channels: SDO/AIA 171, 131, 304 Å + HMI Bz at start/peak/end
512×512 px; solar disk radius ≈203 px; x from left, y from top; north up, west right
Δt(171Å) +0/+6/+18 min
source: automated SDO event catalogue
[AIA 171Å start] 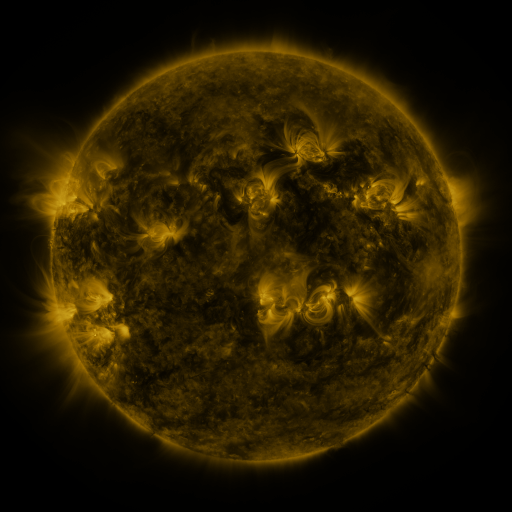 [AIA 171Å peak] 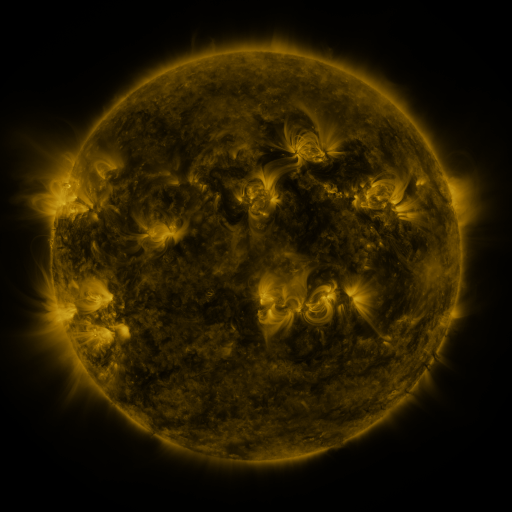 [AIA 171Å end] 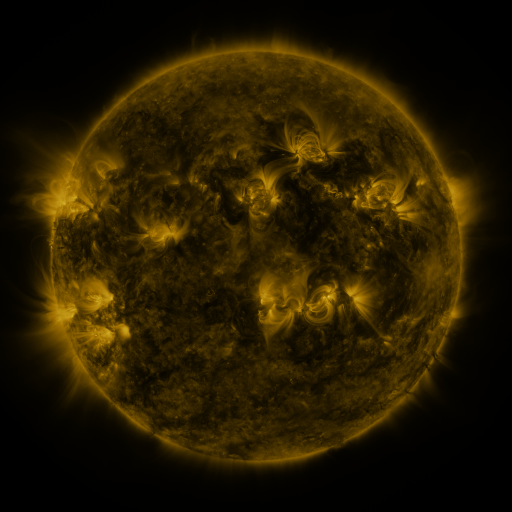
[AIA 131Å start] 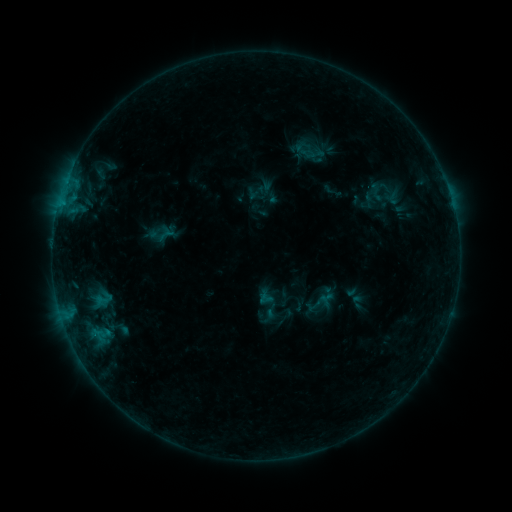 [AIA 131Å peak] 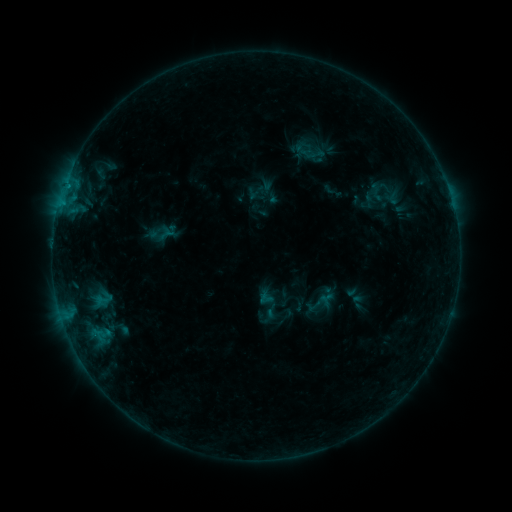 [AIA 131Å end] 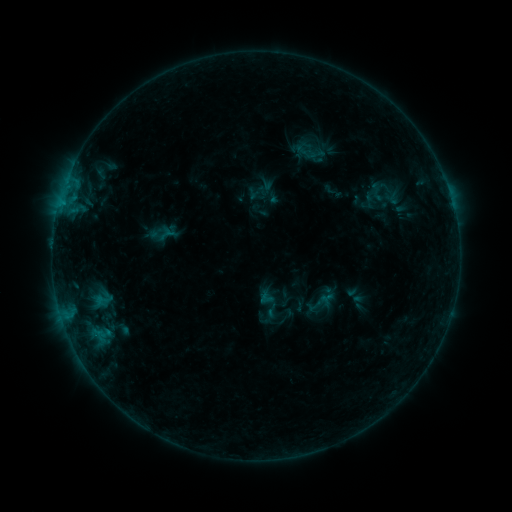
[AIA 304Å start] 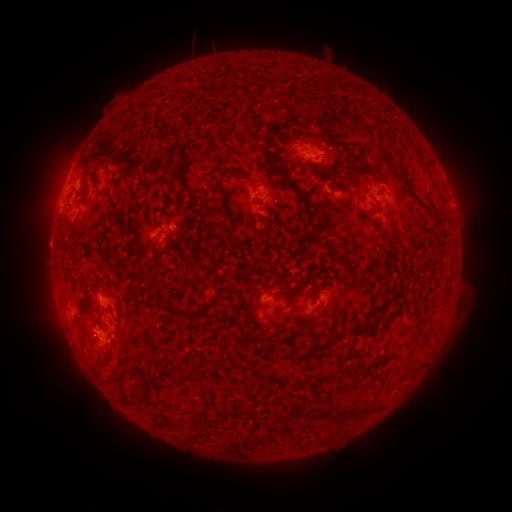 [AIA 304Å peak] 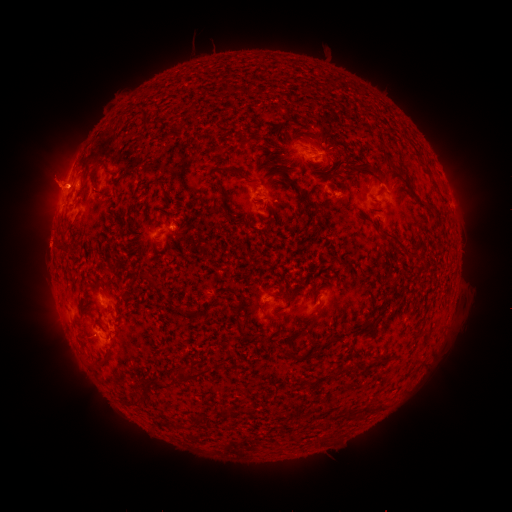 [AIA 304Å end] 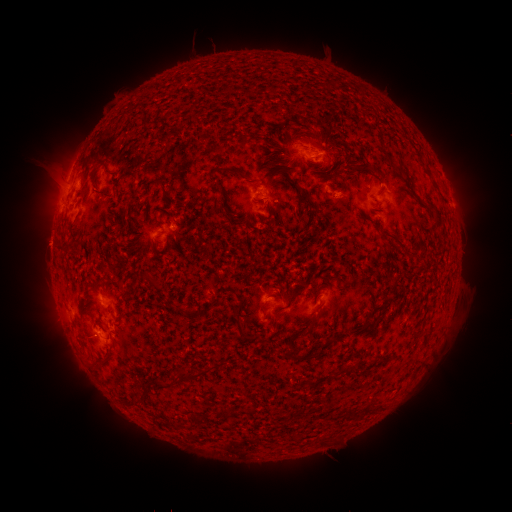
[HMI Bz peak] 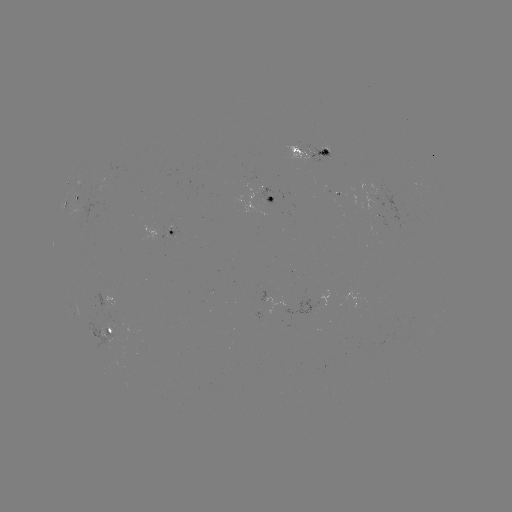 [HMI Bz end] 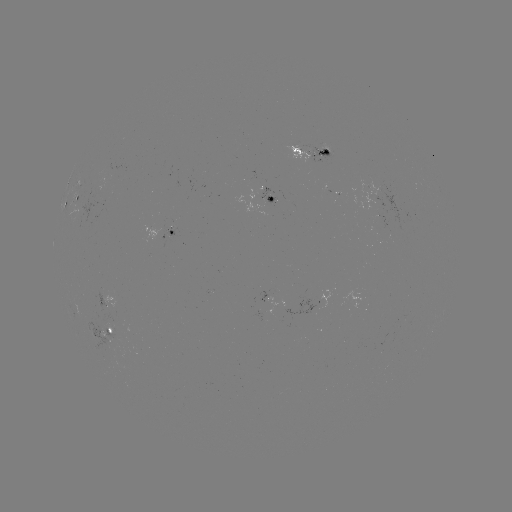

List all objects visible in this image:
eruption: (52, 179)
